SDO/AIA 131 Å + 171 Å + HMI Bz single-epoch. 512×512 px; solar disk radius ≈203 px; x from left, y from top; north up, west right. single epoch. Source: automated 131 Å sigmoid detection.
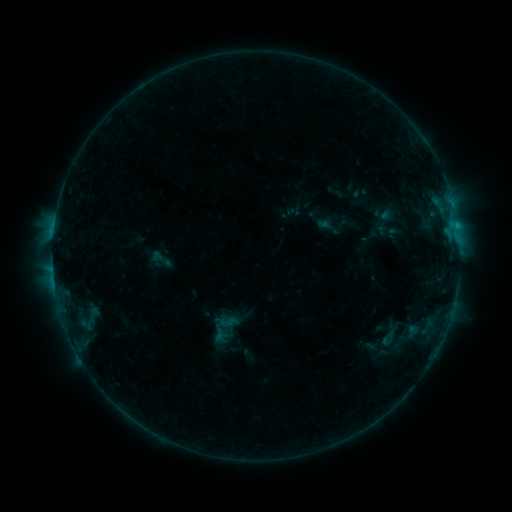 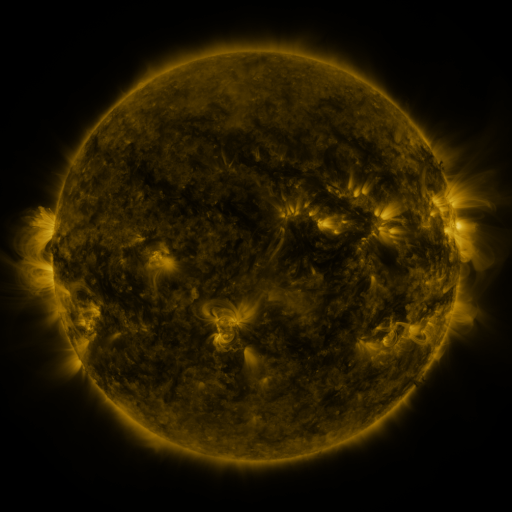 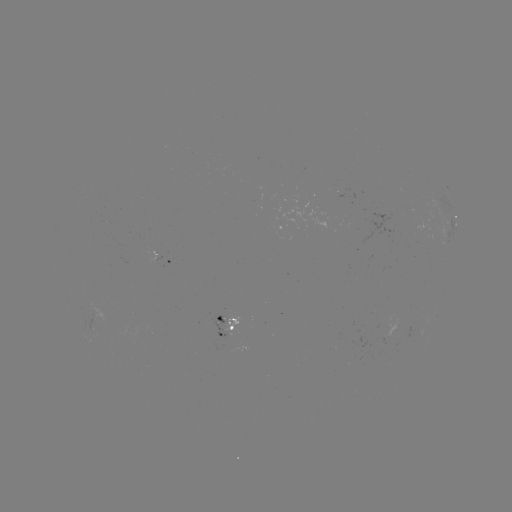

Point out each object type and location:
sigmoid: (161, 259)
sigmoid: (228, 322)
